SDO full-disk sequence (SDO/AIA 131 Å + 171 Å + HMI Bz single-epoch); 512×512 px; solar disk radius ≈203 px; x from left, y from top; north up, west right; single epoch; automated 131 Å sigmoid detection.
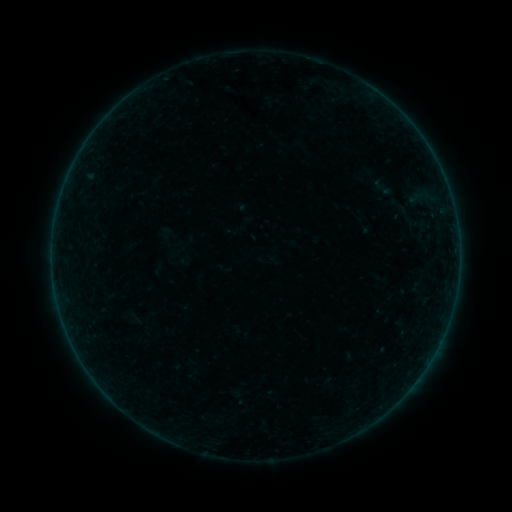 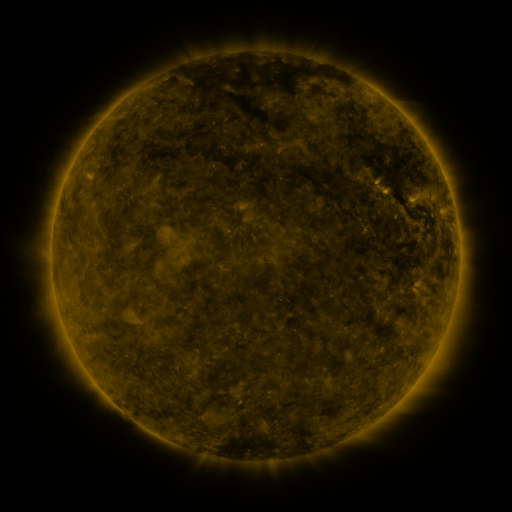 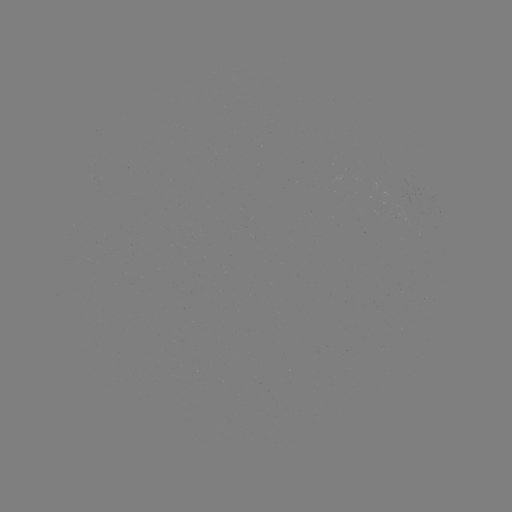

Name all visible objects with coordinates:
sigmoid: (366, 177, 398, 198)
